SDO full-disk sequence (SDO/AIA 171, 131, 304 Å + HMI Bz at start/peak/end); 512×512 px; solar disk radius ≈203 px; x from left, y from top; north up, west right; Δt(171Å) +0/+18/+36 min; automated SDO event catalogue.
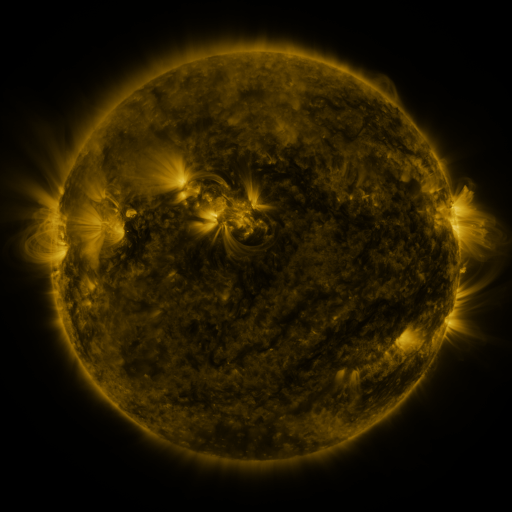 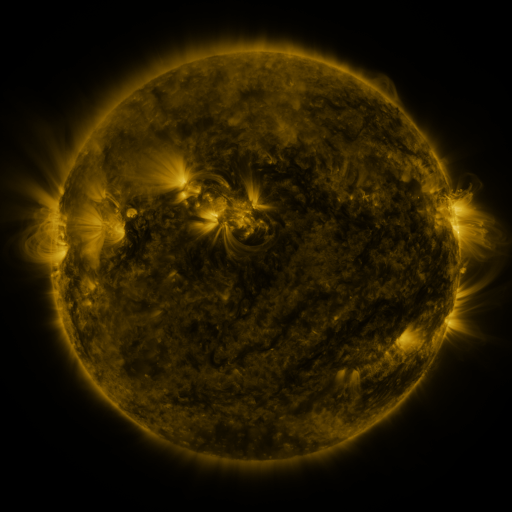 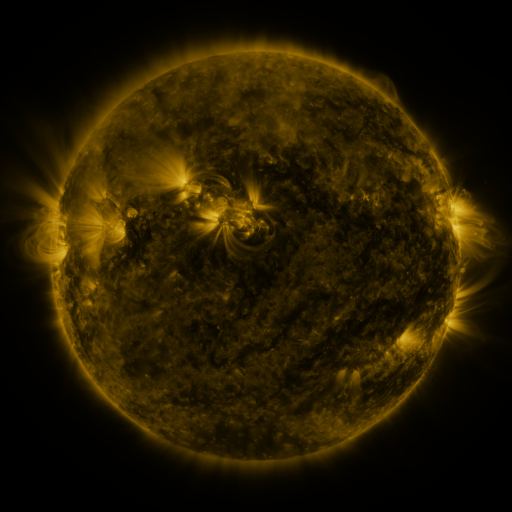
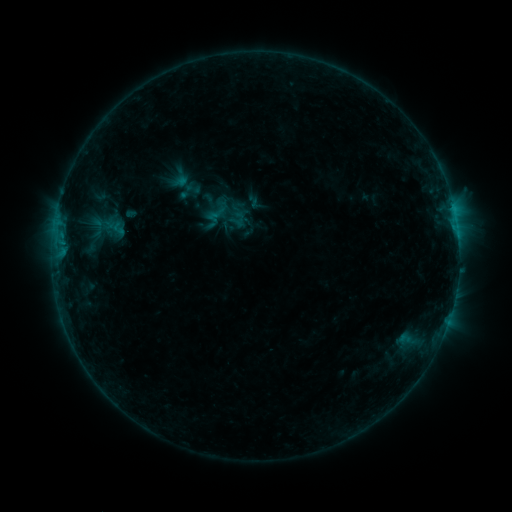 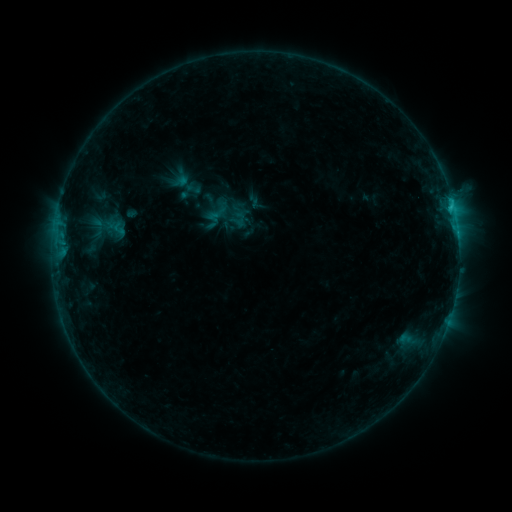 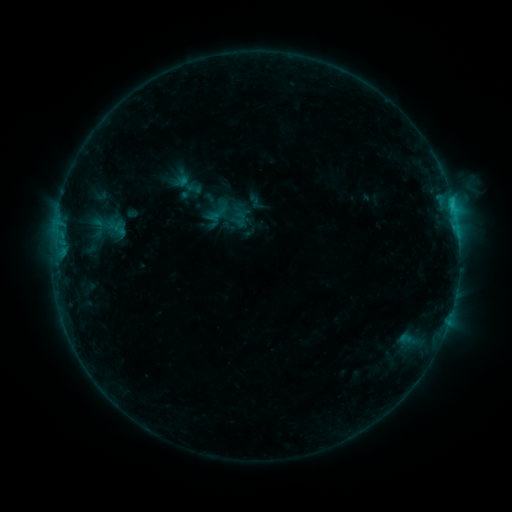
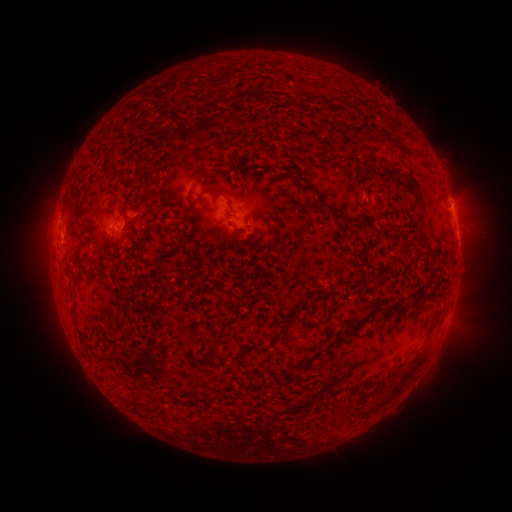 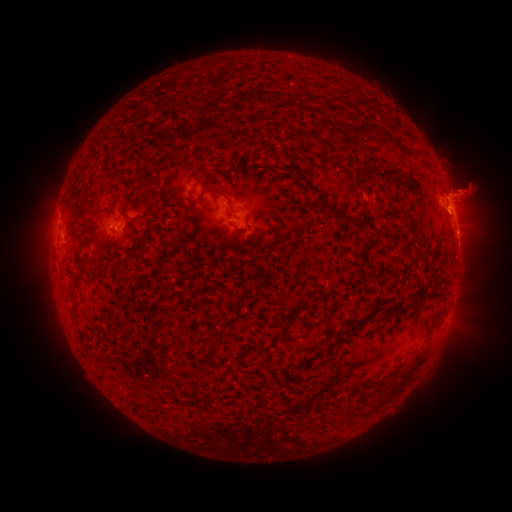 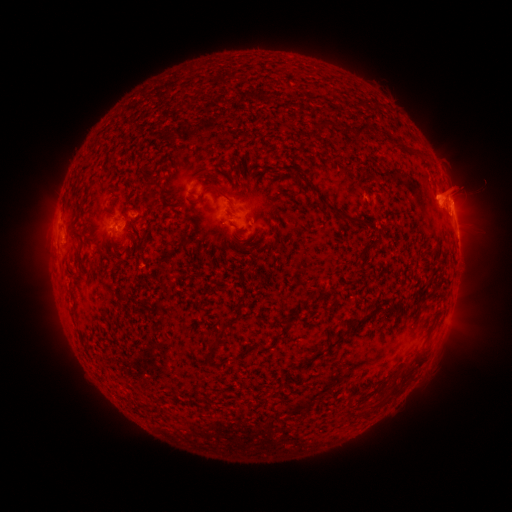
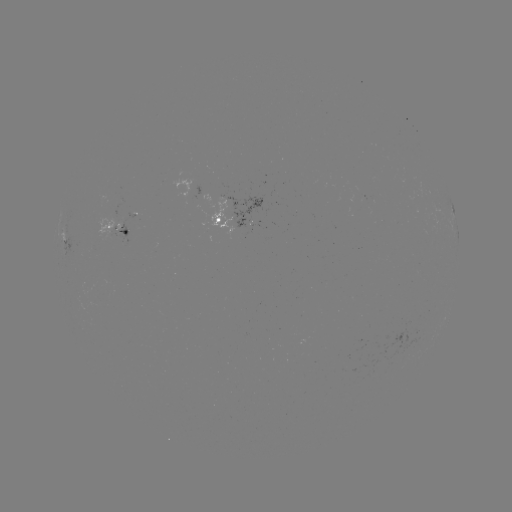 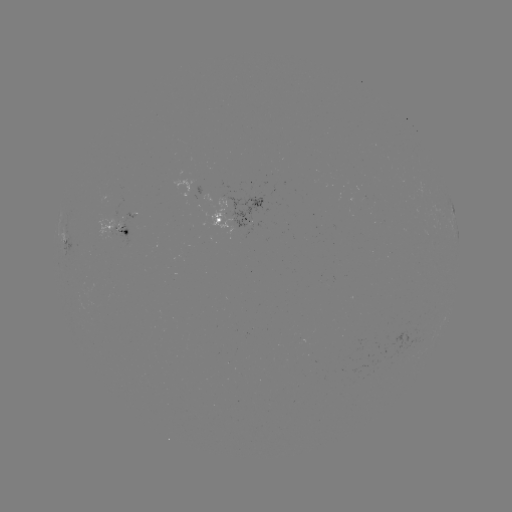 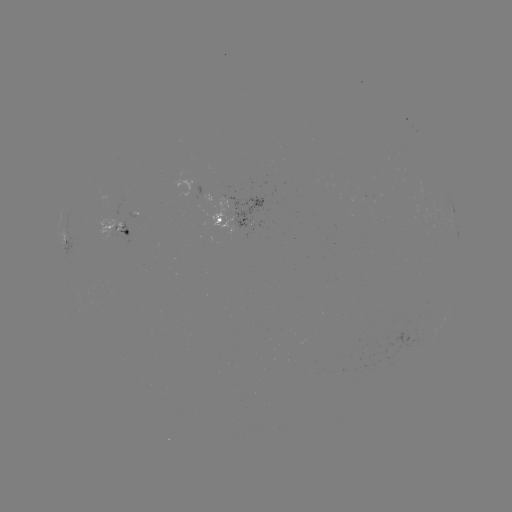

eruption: <bbox>394, 156, 511, 246</bbox>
